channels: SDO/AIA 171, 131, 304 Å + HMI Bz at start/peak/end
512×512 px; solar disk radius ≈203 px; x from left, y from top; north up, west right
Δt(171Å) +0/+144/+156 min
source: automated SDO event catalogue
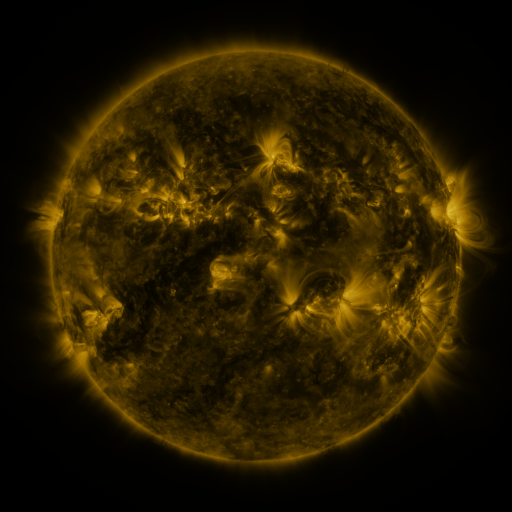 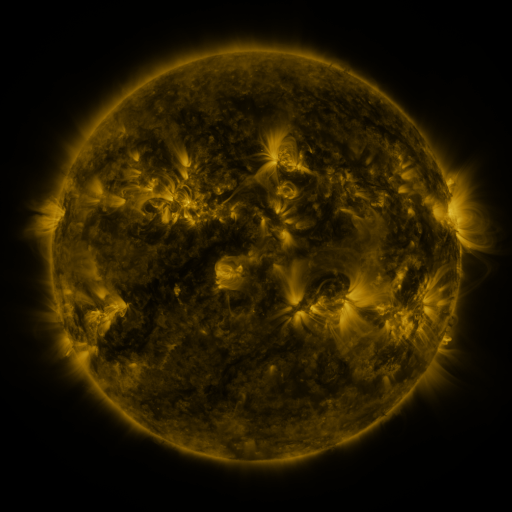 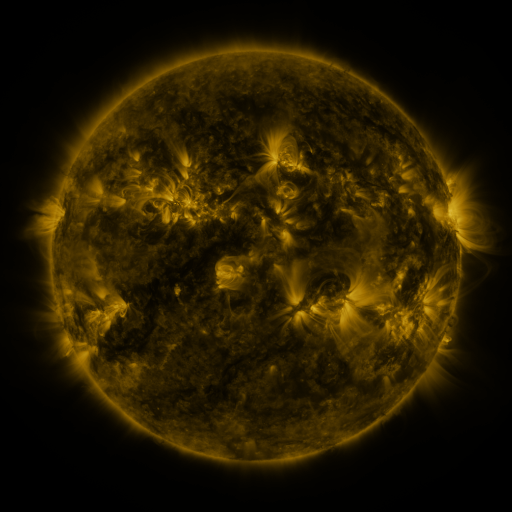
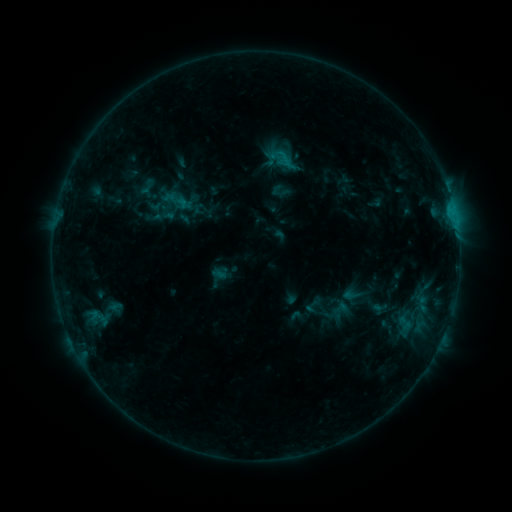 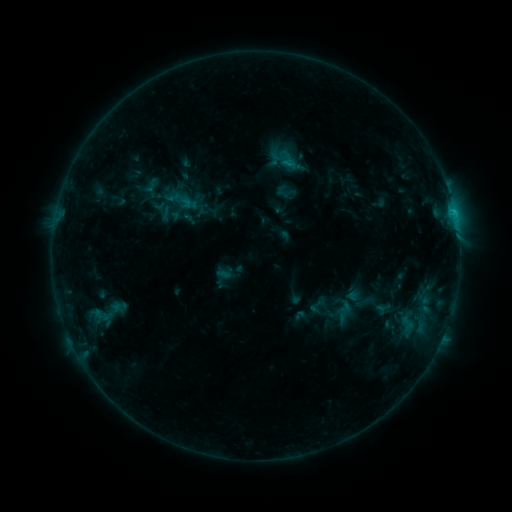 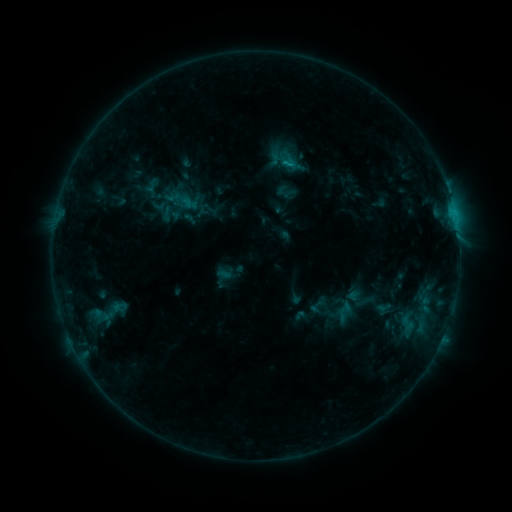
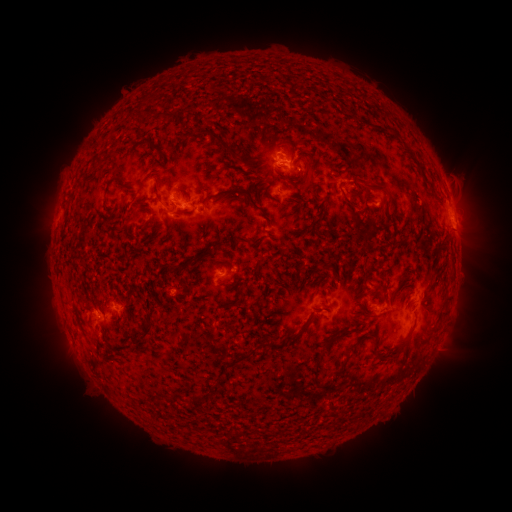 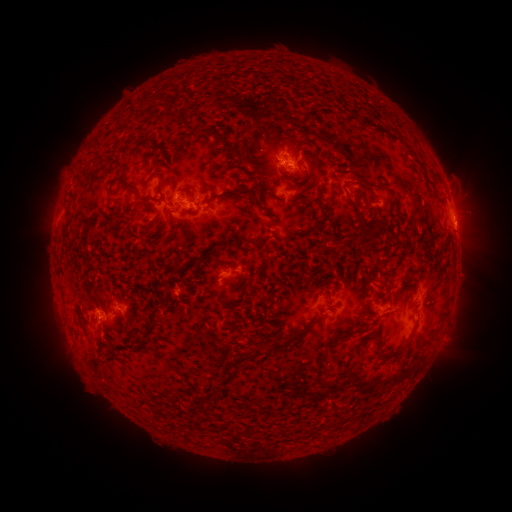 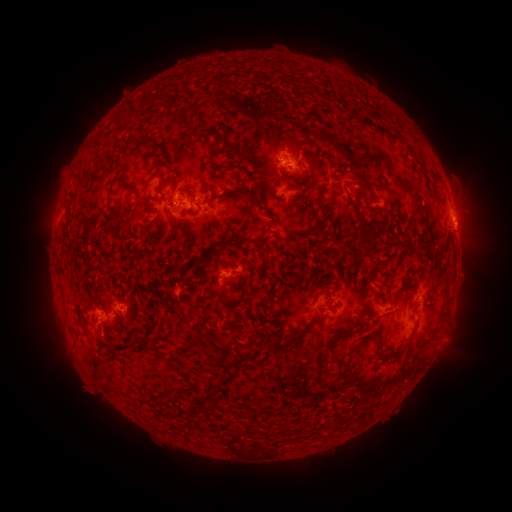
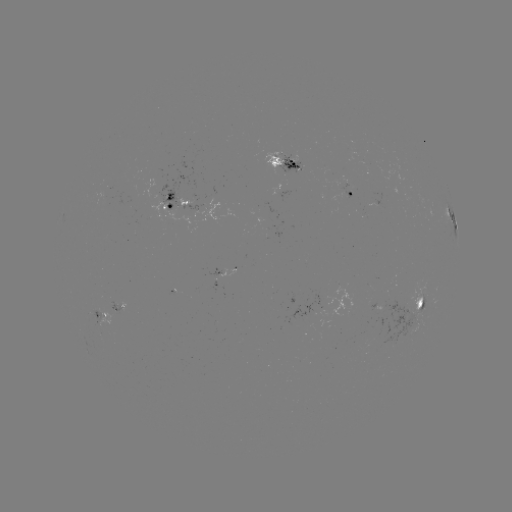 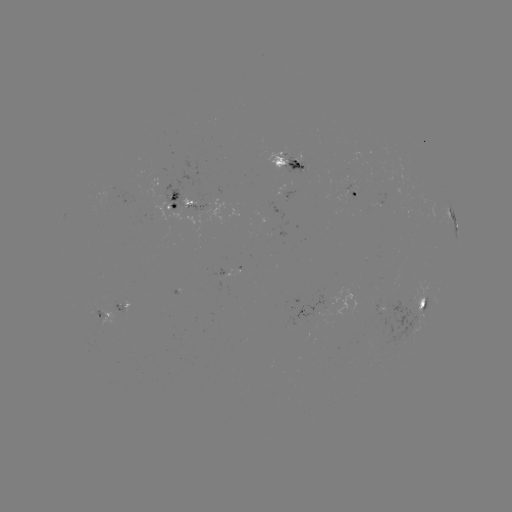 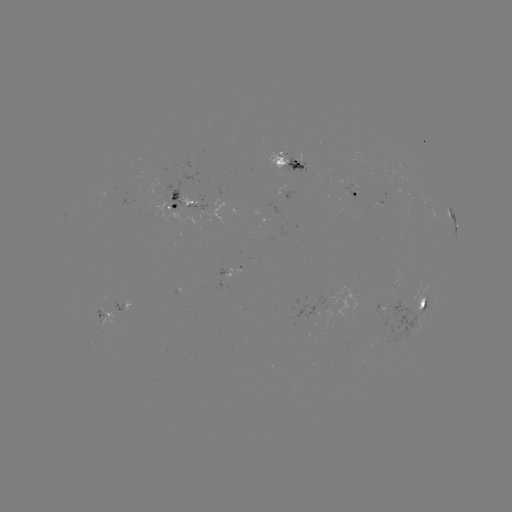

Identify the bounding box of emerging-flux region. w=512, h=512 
[109, 301, 126, 313].